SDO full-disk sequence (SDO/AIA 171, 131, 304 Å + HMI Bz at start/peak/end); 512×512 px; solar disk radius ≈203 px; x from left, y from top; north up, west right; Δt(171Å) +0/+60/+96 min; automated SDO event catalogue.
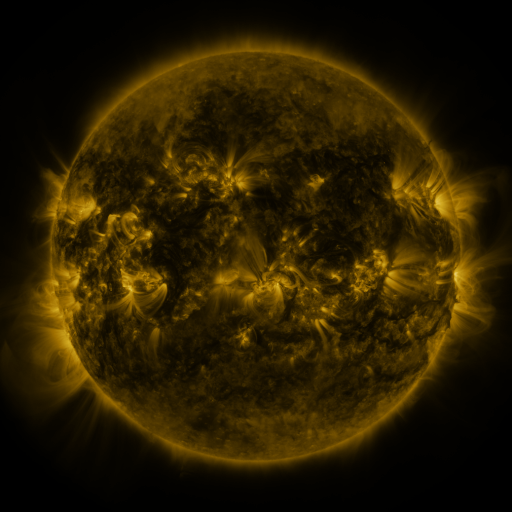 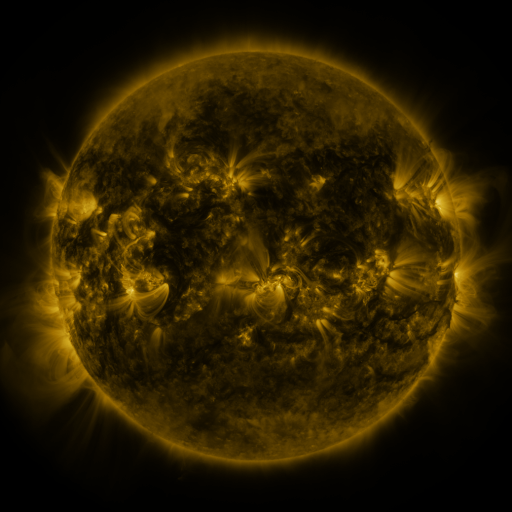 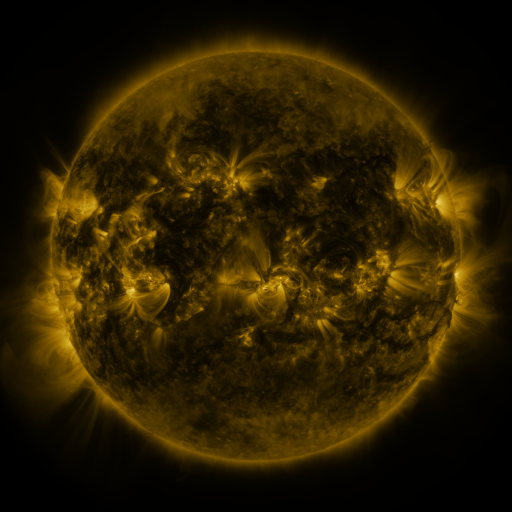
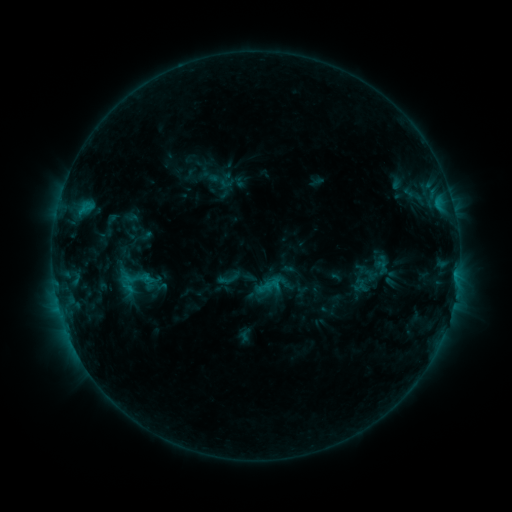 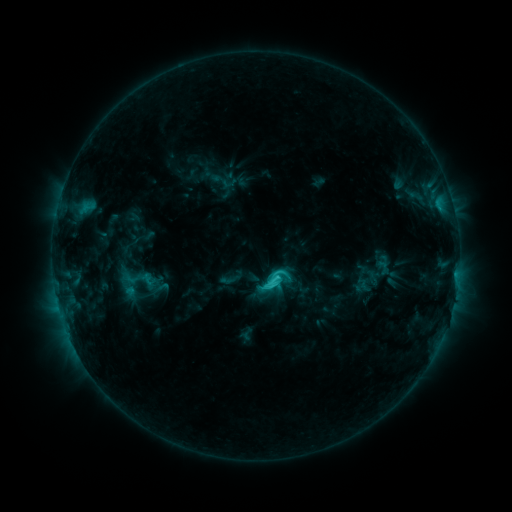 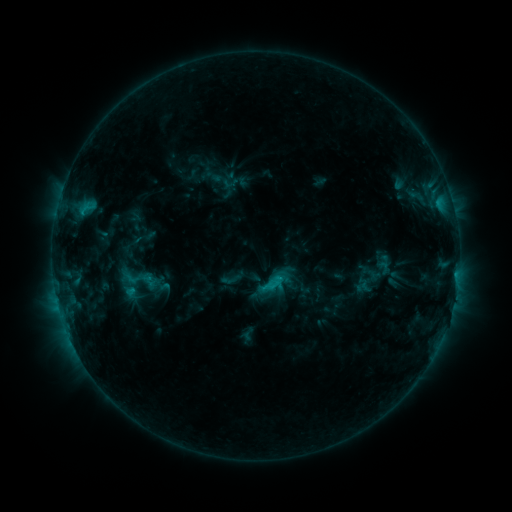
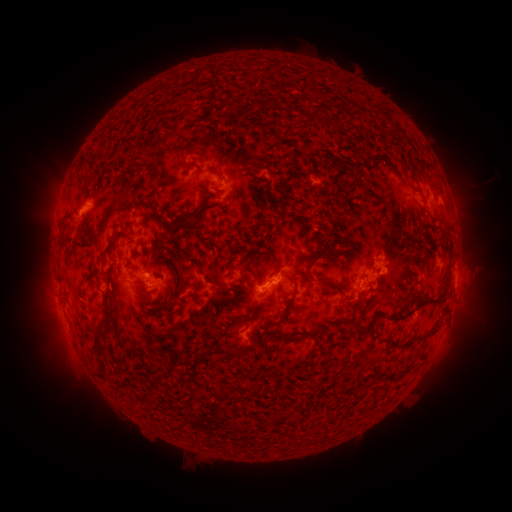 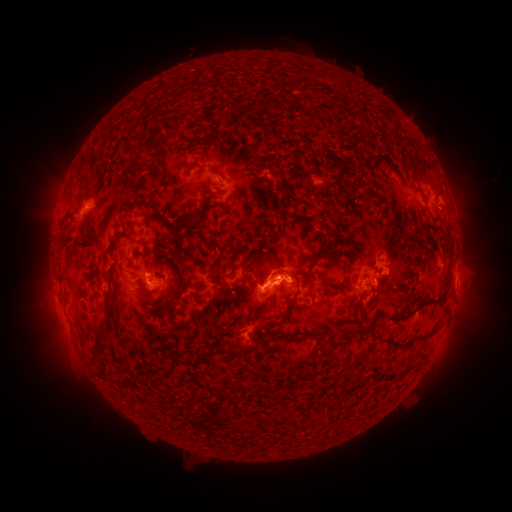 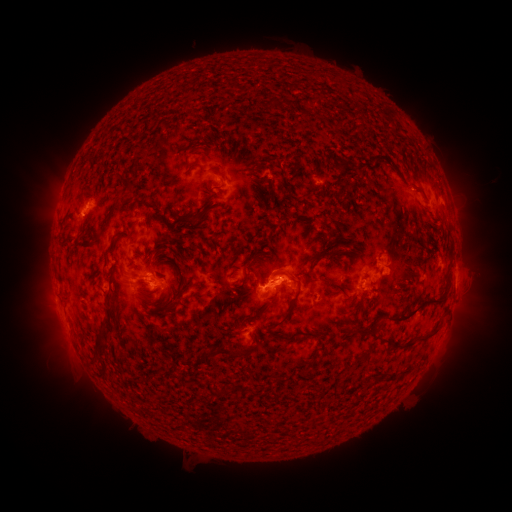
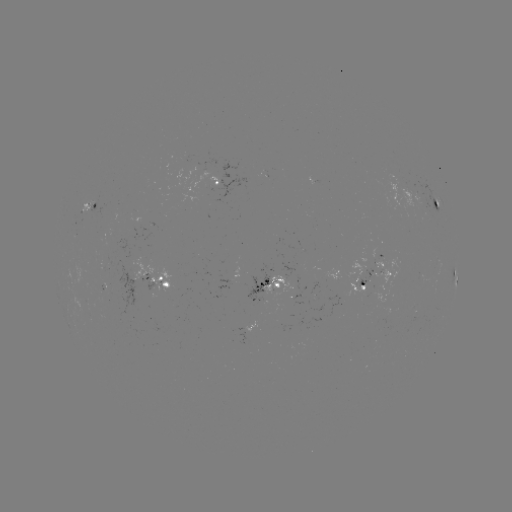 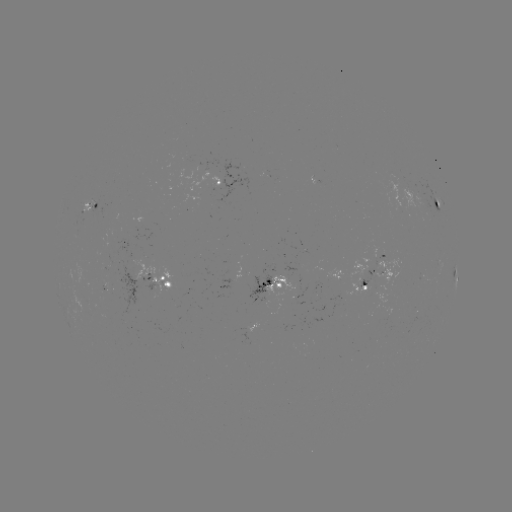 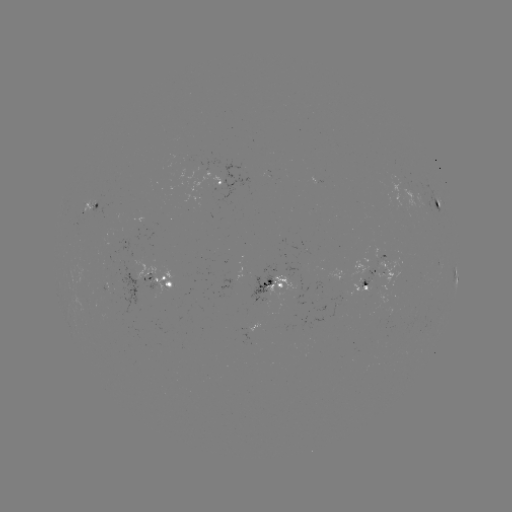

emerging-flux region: <bbox>143, 281, 158, 290</bbox>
